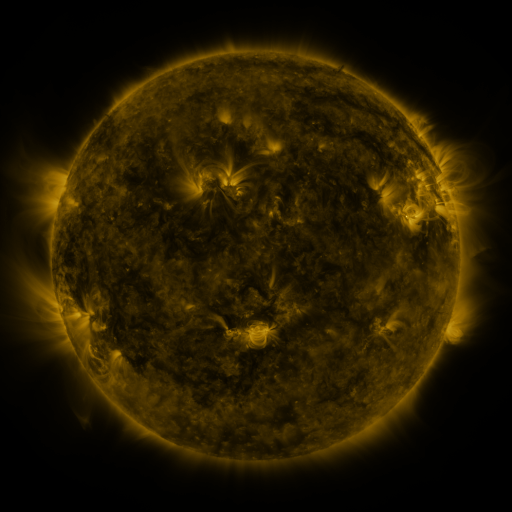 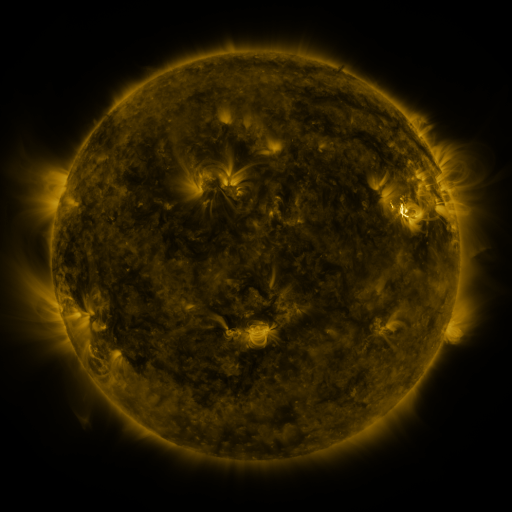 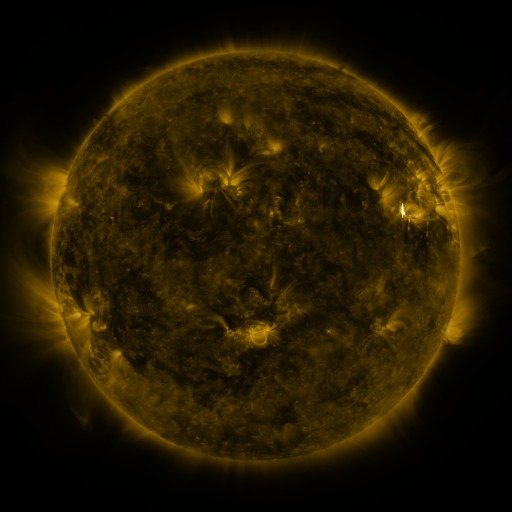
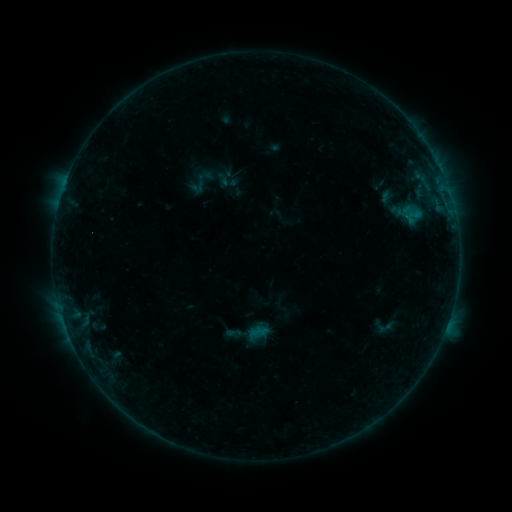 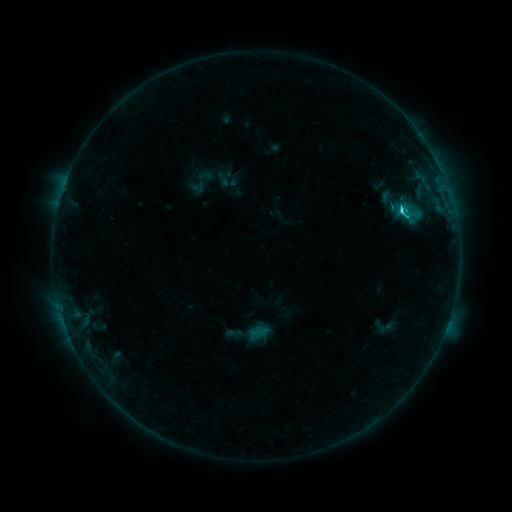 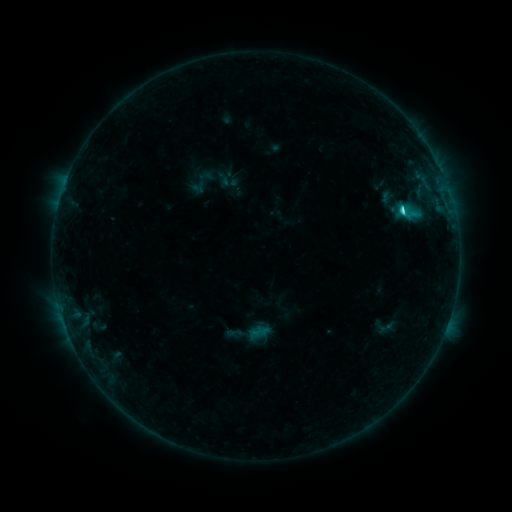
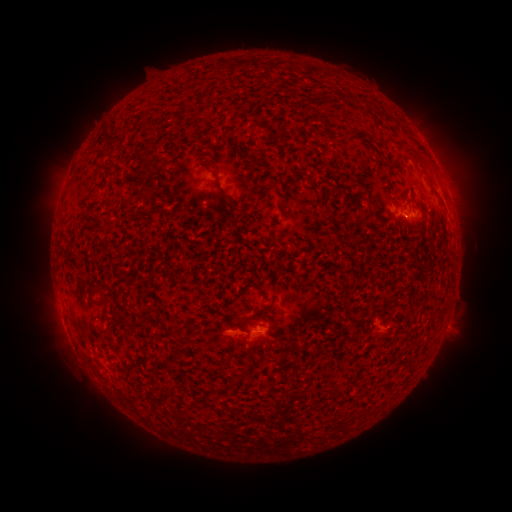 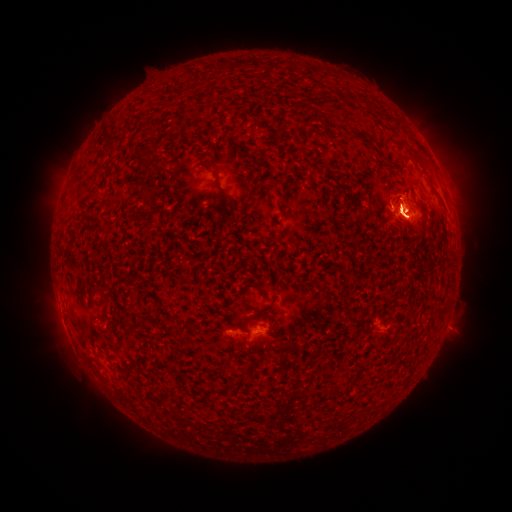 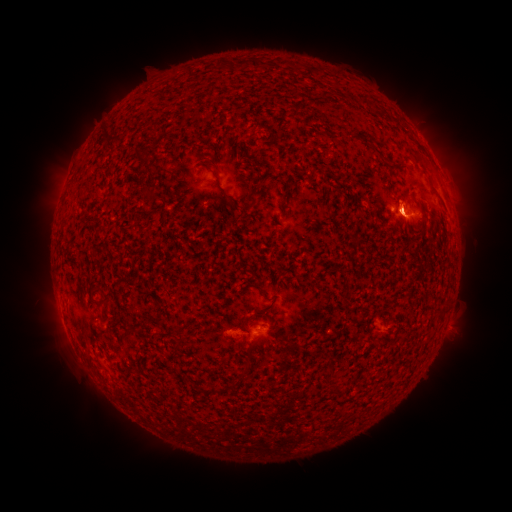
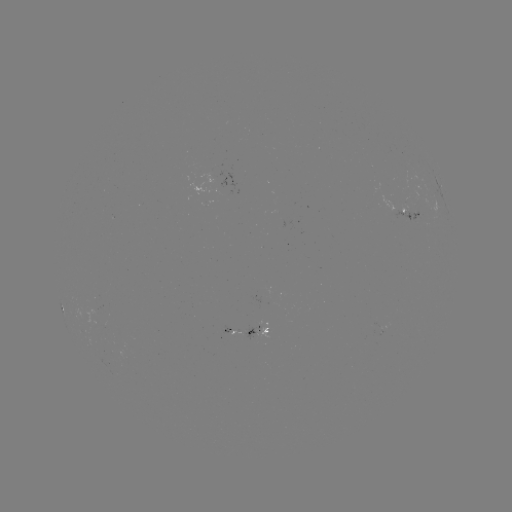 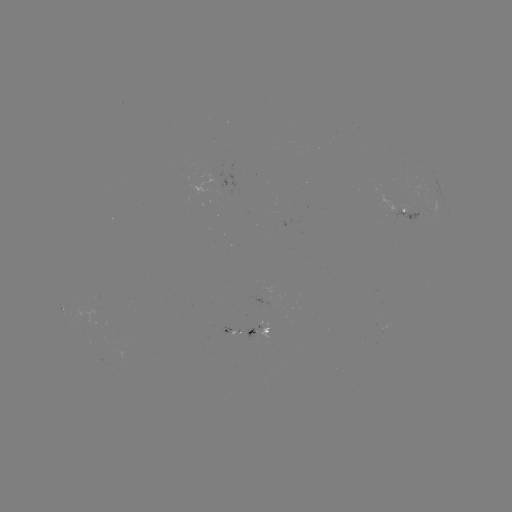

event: flare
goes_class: C4.8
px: (399, 210)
